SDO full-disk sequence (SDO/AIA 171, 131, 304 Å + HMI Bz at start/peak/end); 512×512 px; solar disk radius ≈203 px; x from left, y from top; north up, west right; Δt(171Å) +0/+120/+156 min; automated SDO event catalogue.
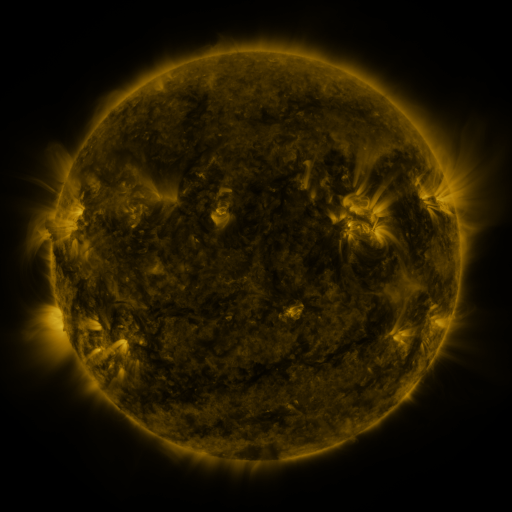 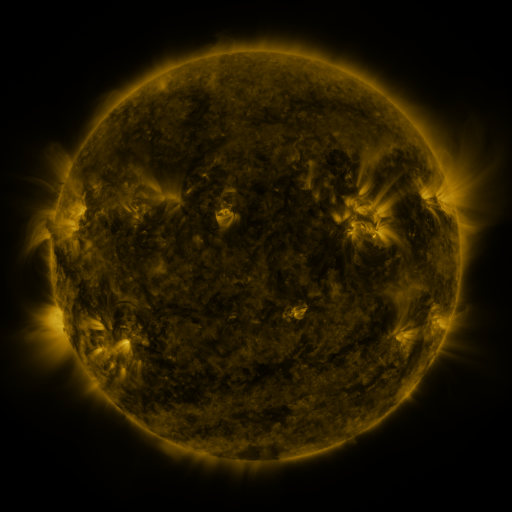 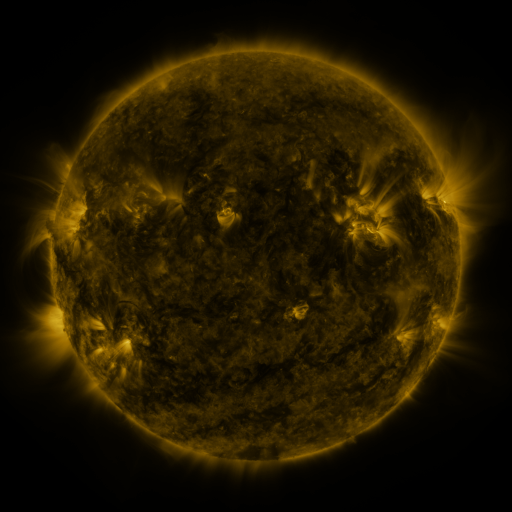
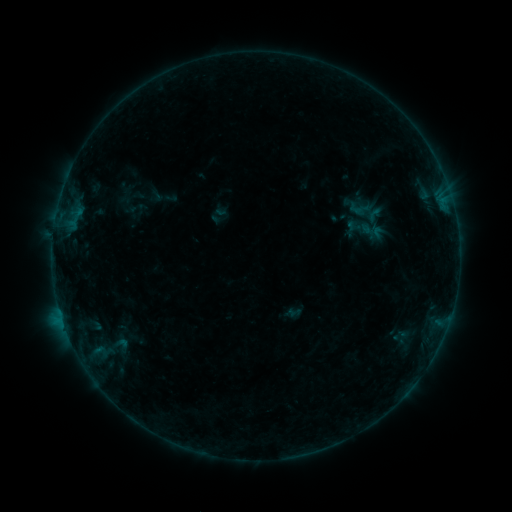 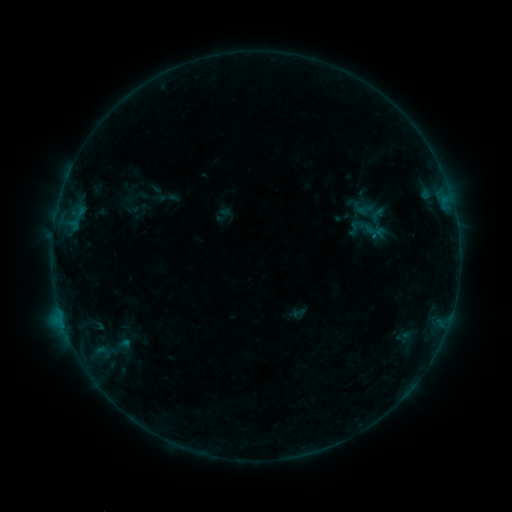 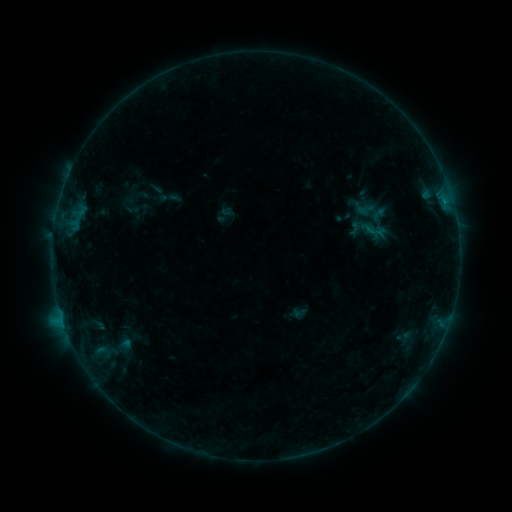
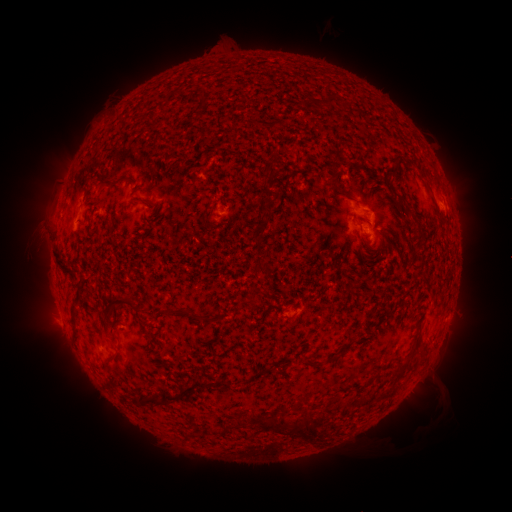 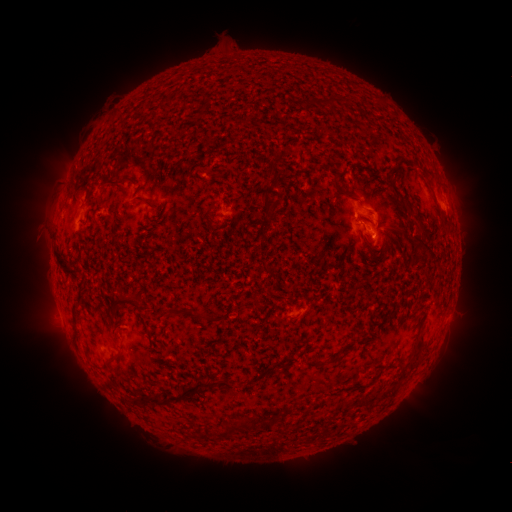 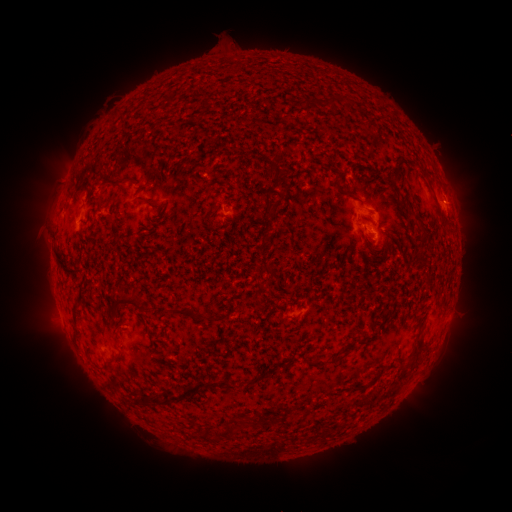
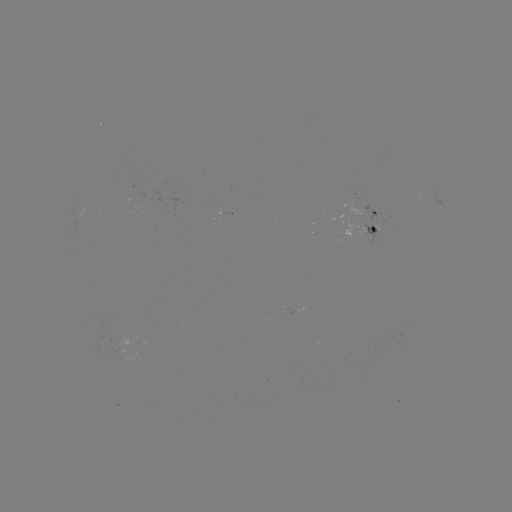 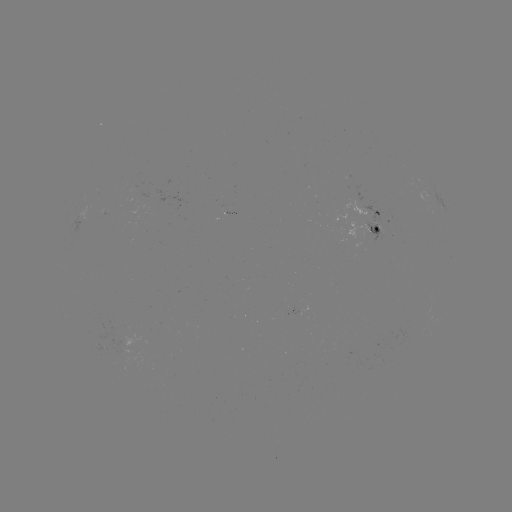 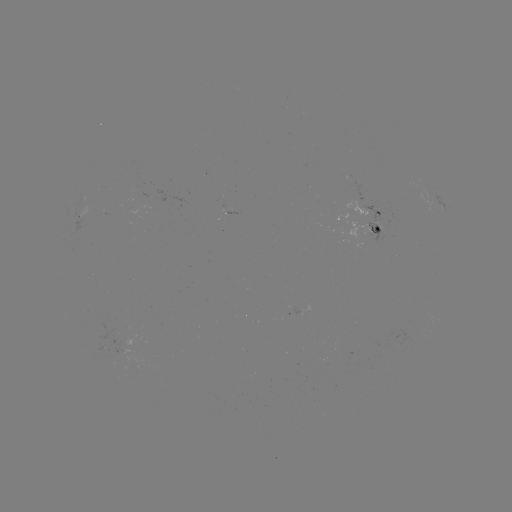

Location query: emerging-flux region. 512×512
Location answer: (222, 201).